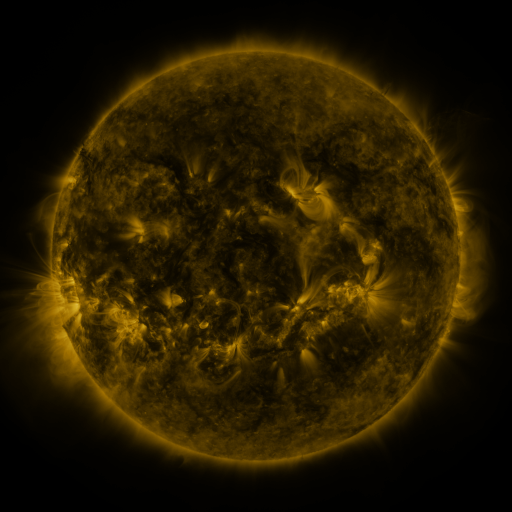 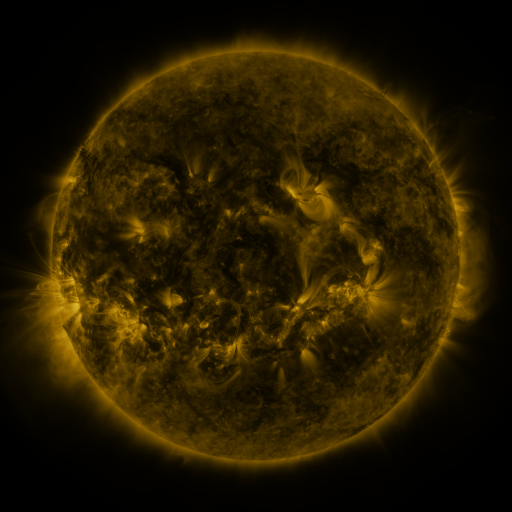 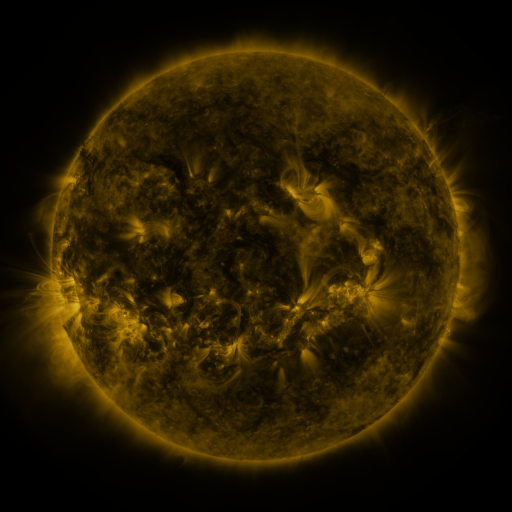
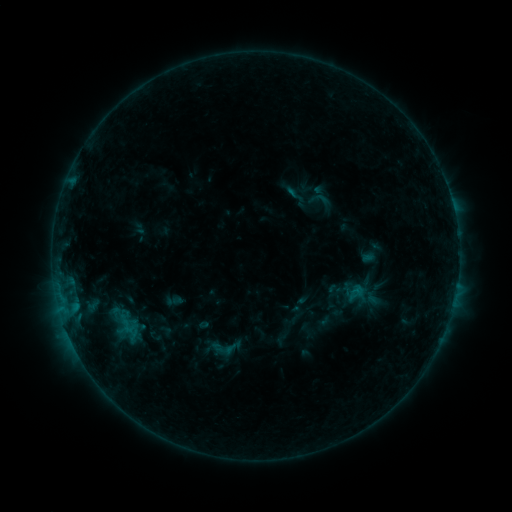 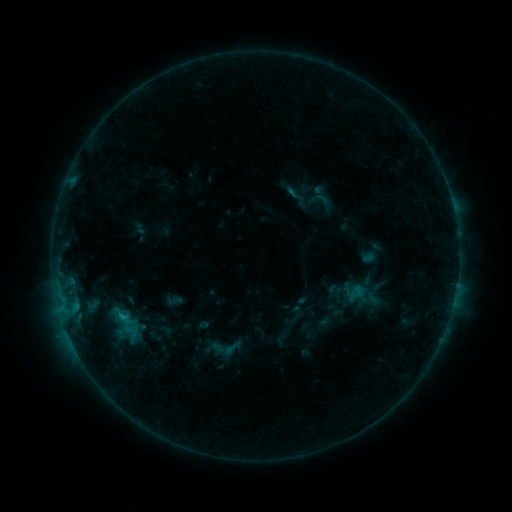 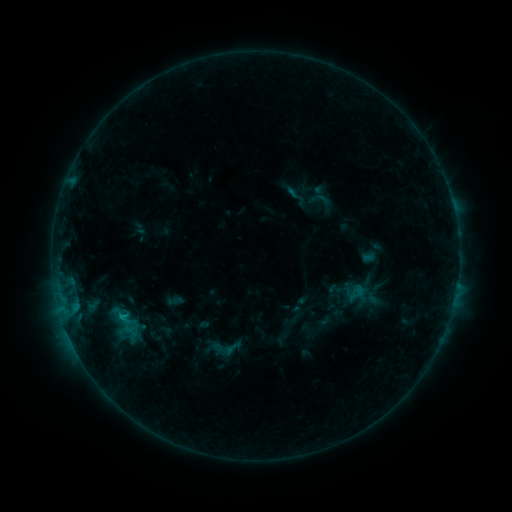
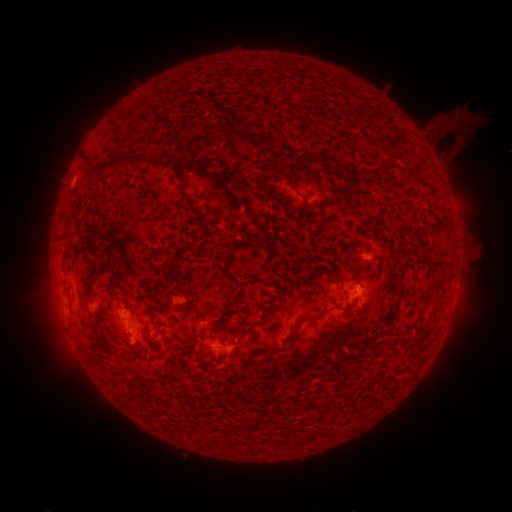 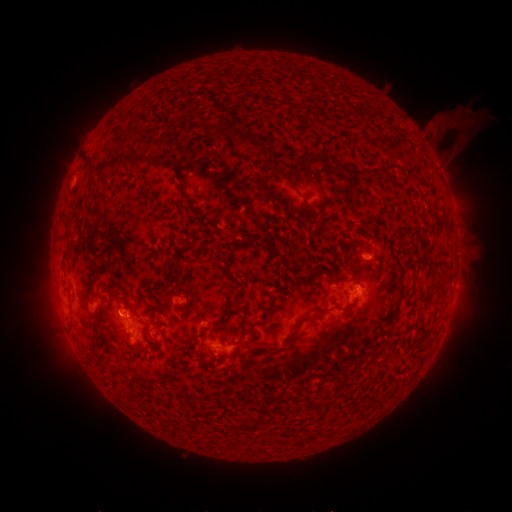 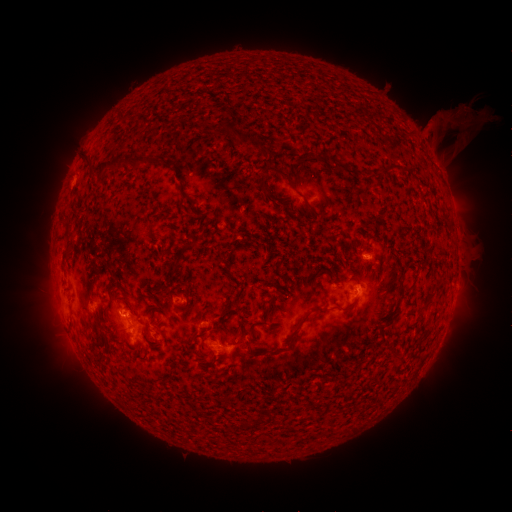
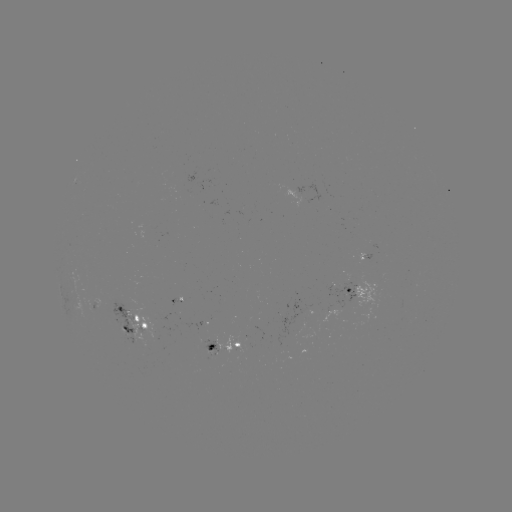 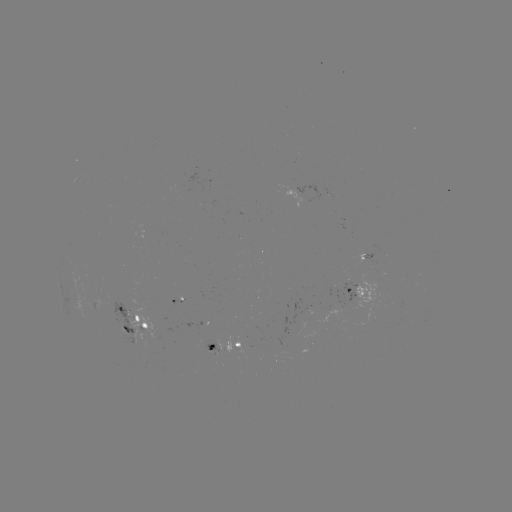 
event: flare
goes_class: B6.7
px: (122, 314)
